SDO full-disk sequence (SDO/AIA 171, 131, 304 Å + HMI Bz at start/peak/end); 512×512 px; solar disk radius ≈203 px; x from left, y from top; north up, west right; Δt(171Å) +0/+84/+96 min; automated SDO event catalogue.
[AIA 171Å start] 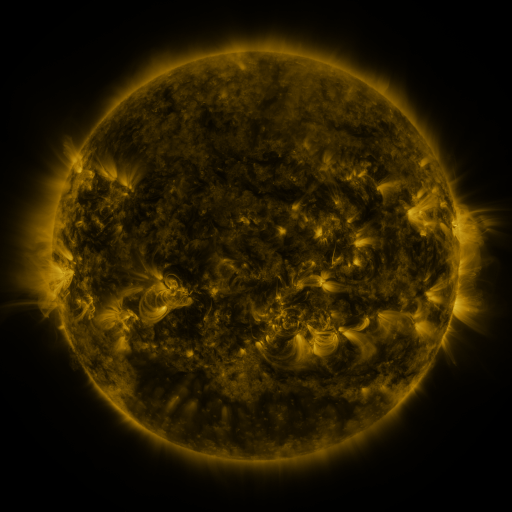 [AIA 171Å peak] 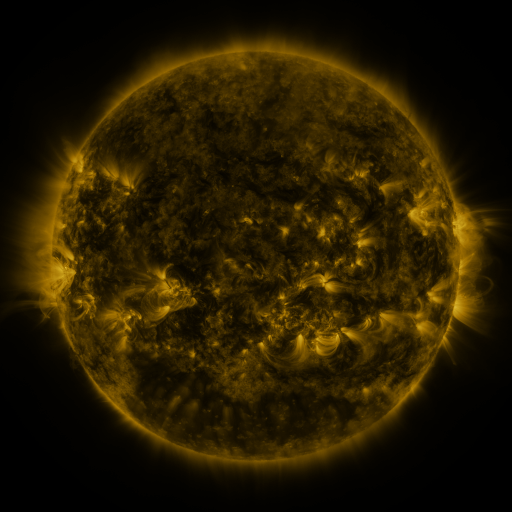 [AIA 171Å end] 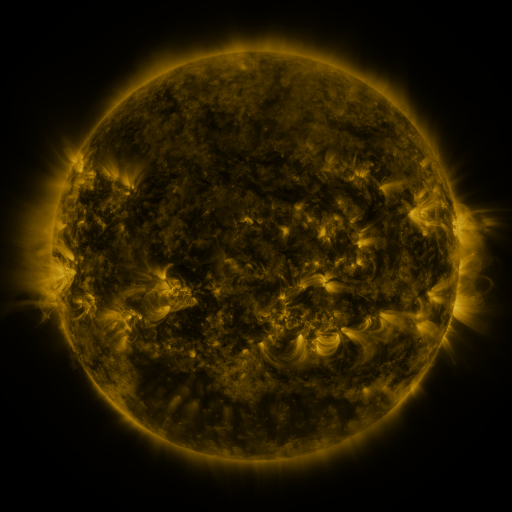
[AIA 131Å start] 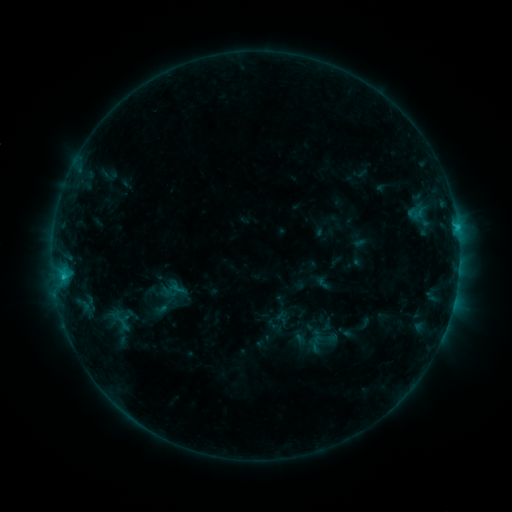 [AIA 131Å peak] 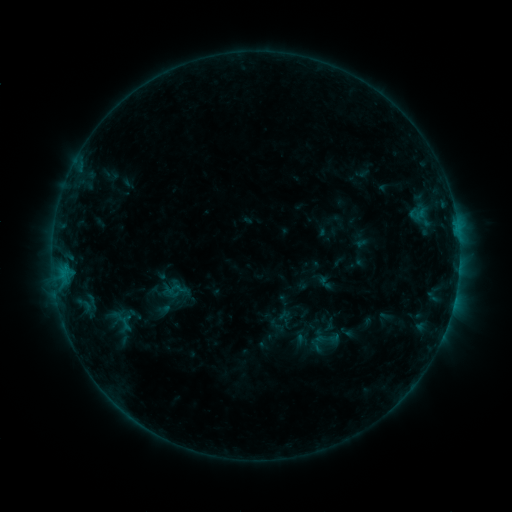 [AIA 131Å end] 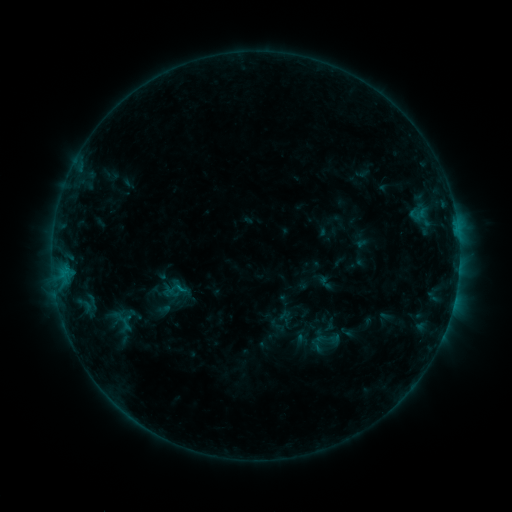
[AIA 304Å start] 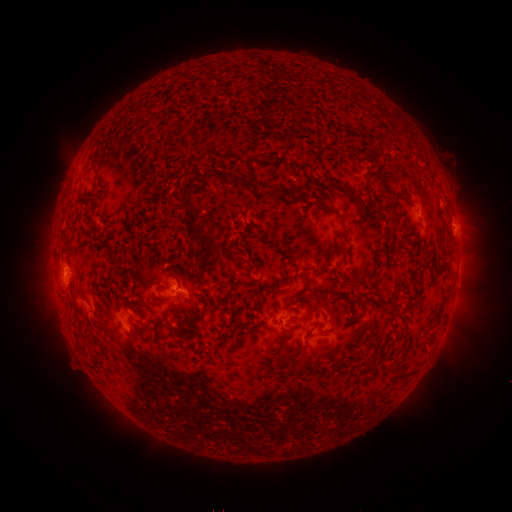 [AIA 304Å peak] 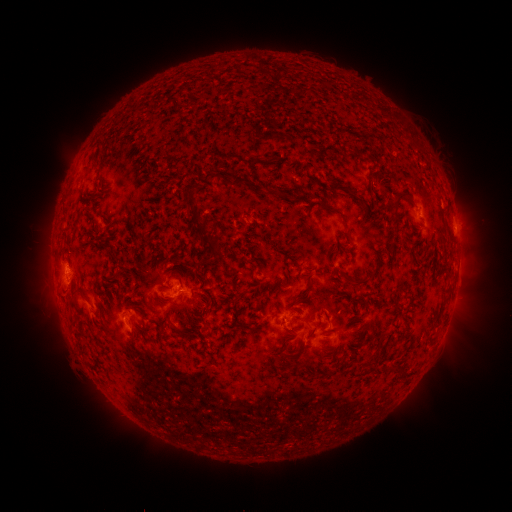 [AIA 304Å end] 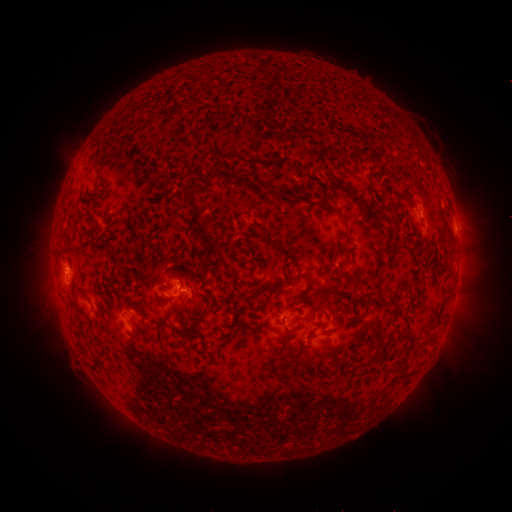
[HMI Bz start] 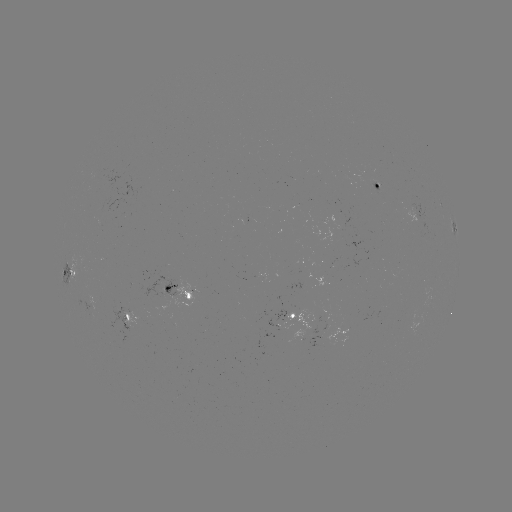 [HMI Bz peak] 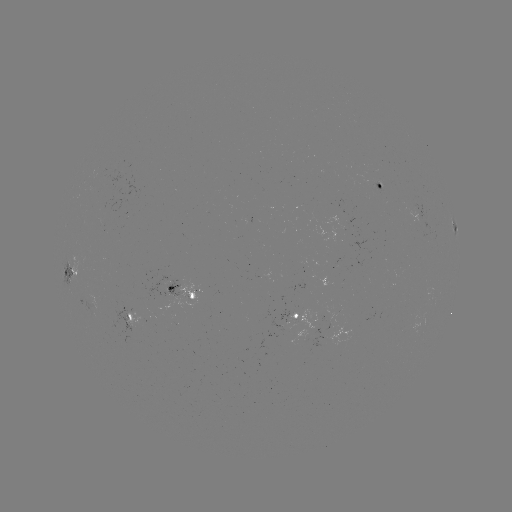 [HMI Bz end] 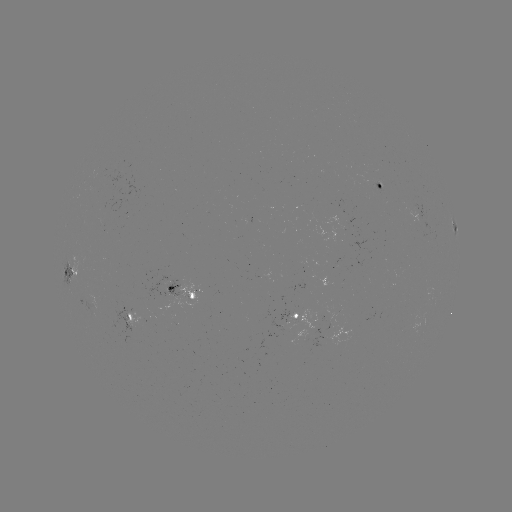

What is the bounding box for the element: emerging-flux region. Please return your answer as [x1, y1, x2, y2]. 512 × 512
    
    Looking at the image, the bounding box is [290, 311, 322, 339].